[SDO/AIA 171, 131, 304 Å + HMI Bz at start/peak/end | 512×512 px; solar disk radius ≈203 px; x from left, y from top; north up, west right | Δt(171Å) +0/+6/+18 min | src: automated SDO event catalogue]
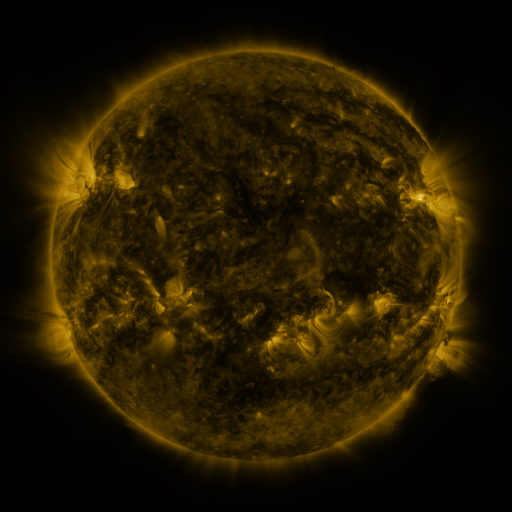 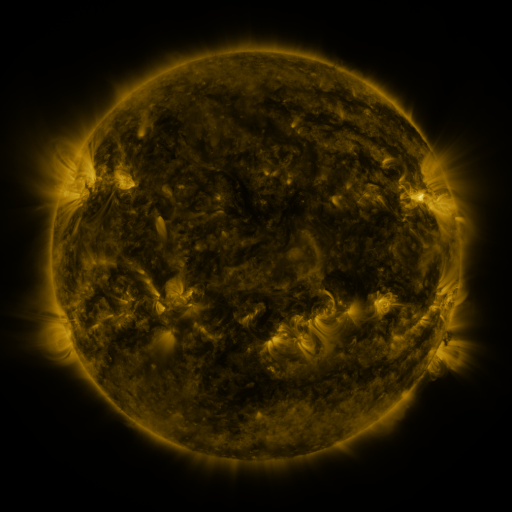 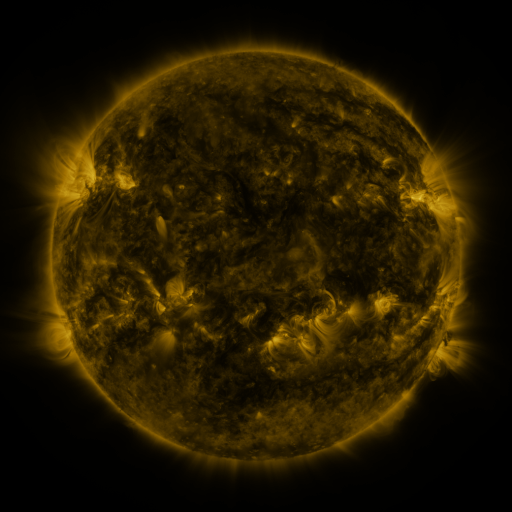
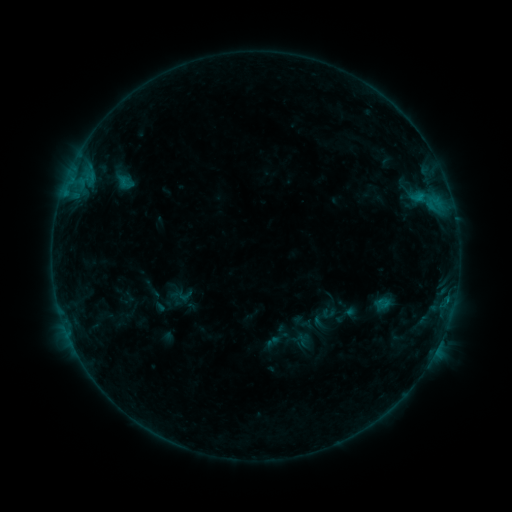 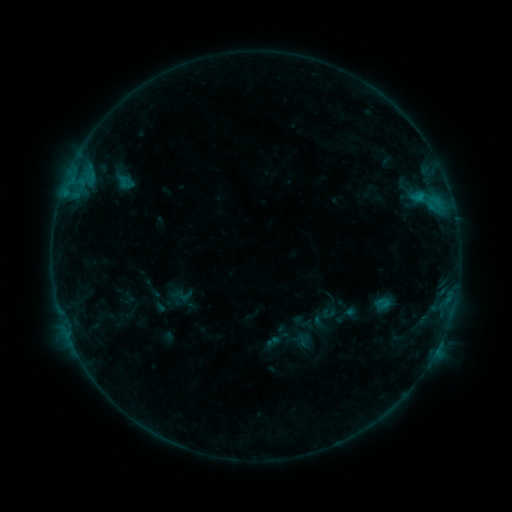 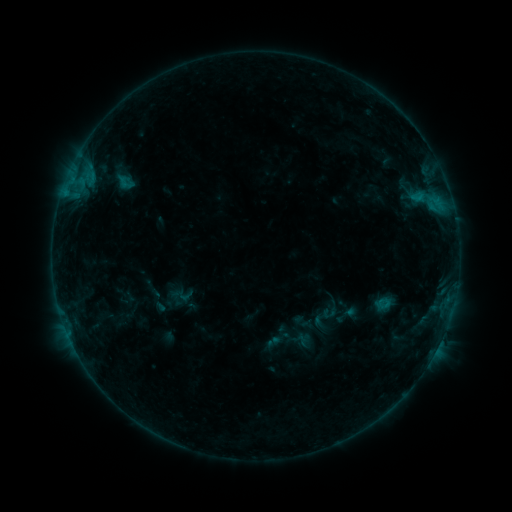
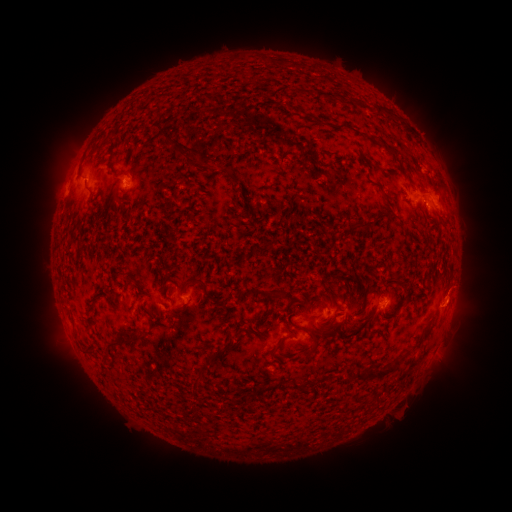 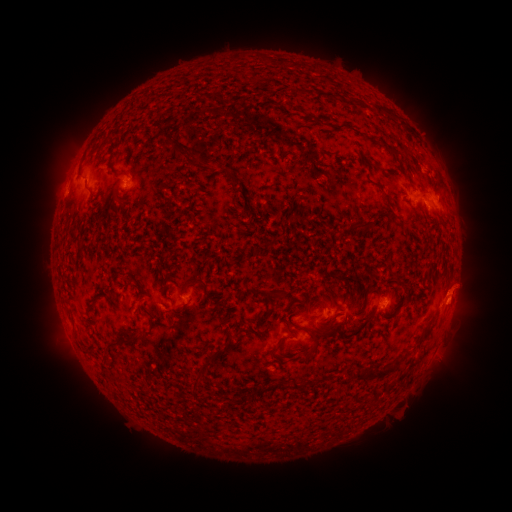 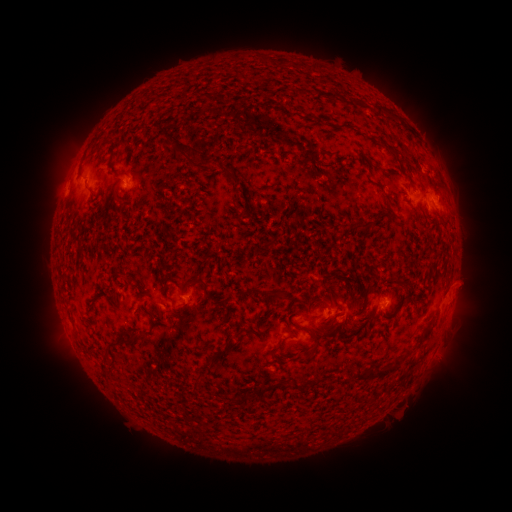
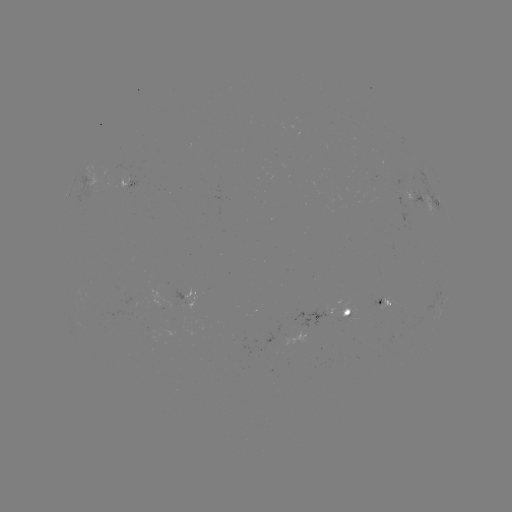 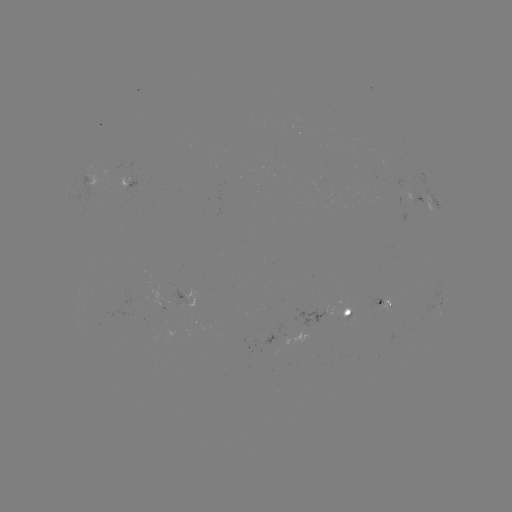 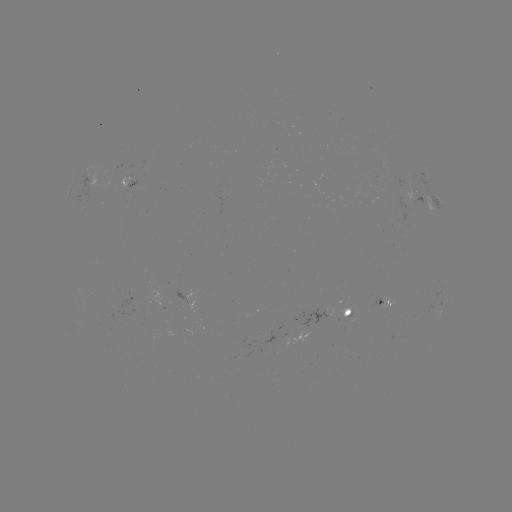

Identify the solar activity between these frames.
eruption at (460, 292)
